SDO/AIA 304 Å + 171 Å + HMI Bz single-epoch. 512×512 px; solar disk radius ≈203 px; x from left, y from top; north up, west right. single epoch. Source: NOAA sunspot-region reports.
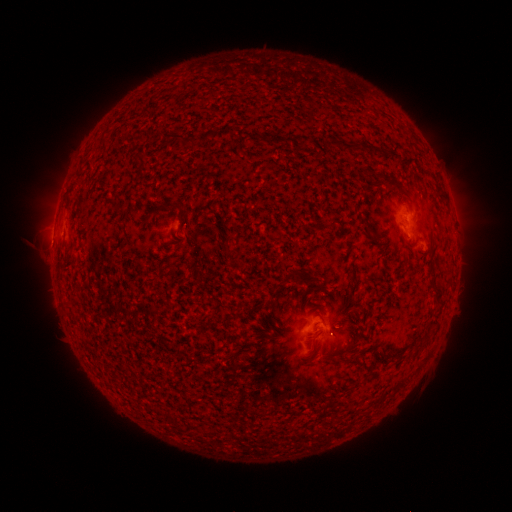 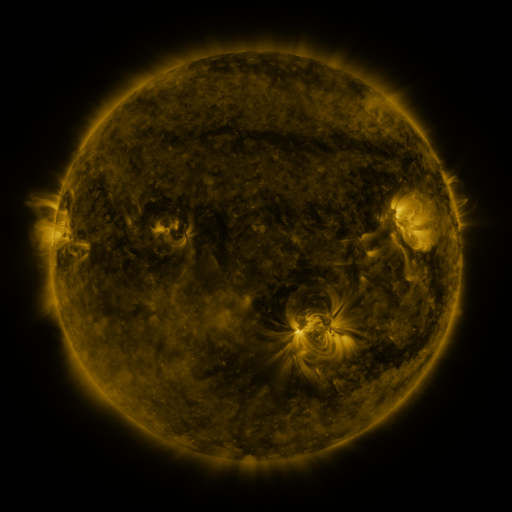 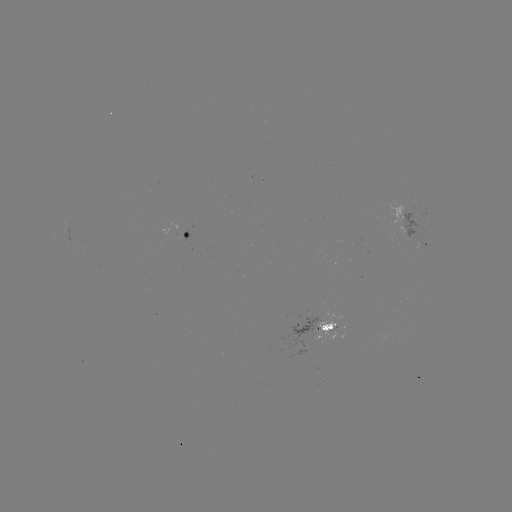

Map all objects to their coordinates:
spotted active region: (408, 216)
spotted active region: (190, 237)
spotted active region: (425, 246)
spotted active region: (326, 328)
